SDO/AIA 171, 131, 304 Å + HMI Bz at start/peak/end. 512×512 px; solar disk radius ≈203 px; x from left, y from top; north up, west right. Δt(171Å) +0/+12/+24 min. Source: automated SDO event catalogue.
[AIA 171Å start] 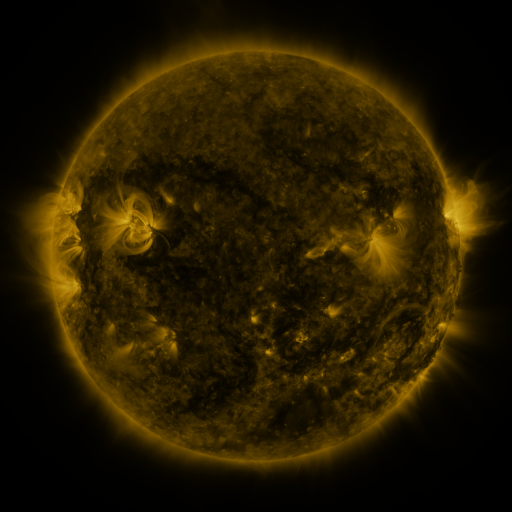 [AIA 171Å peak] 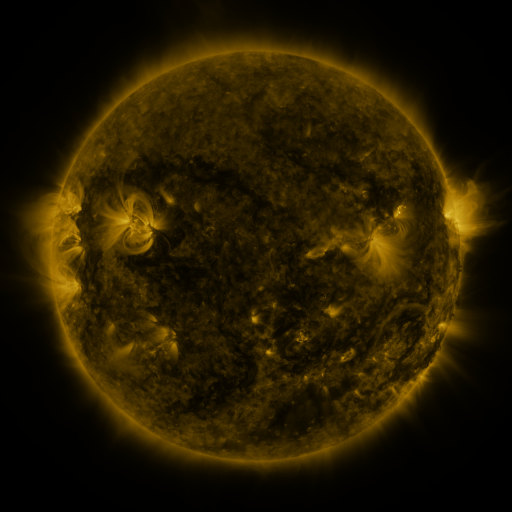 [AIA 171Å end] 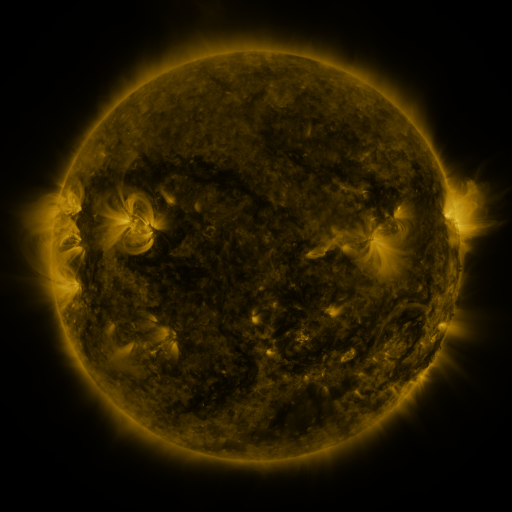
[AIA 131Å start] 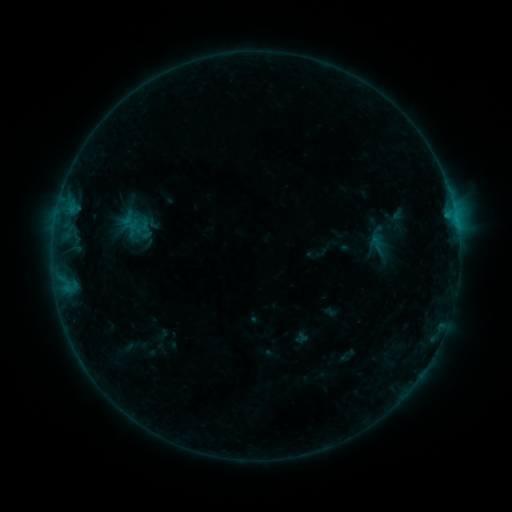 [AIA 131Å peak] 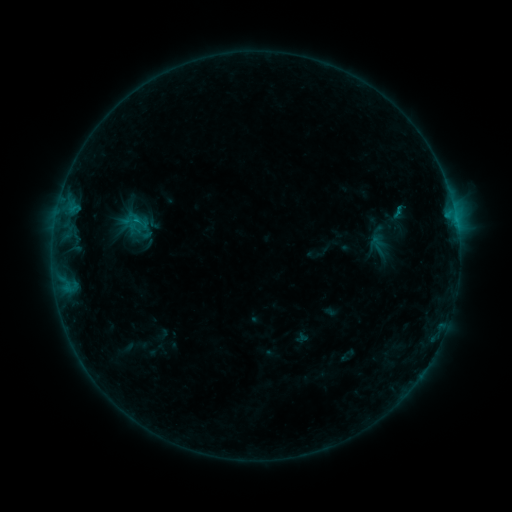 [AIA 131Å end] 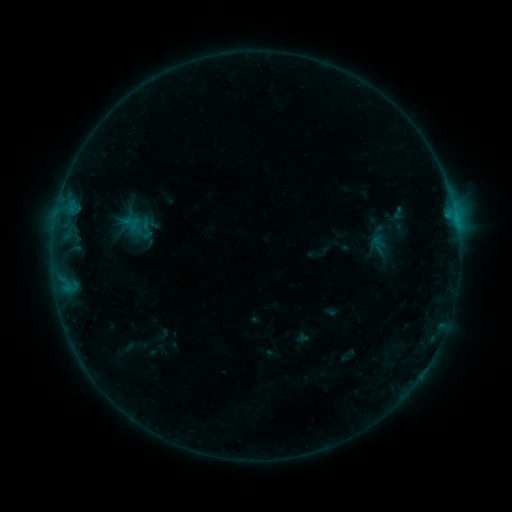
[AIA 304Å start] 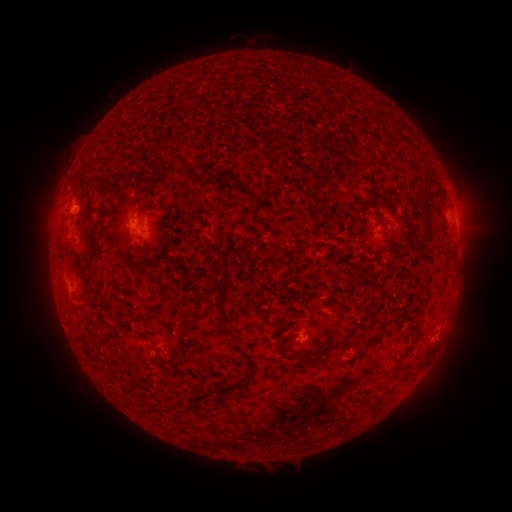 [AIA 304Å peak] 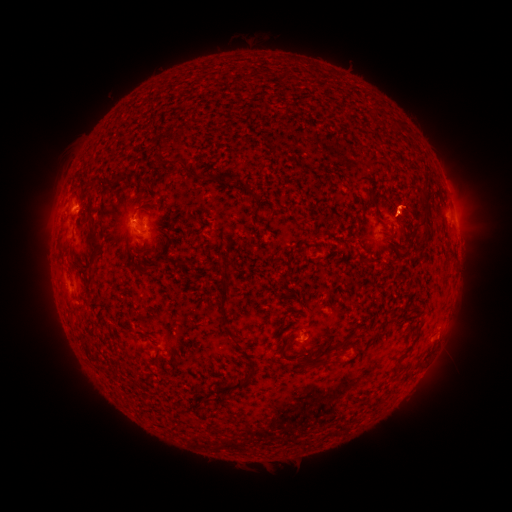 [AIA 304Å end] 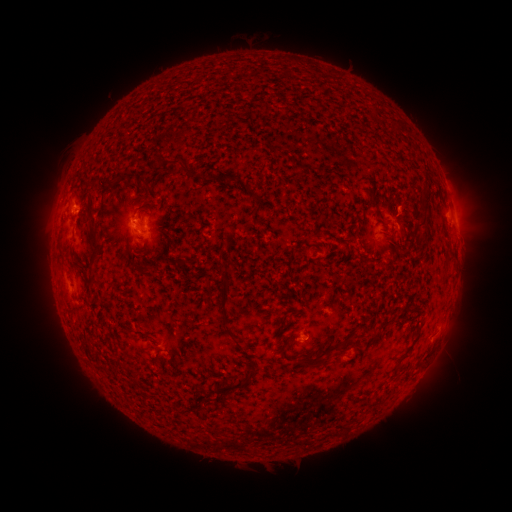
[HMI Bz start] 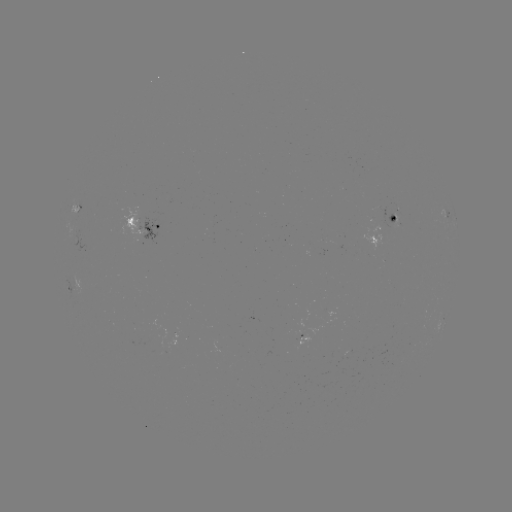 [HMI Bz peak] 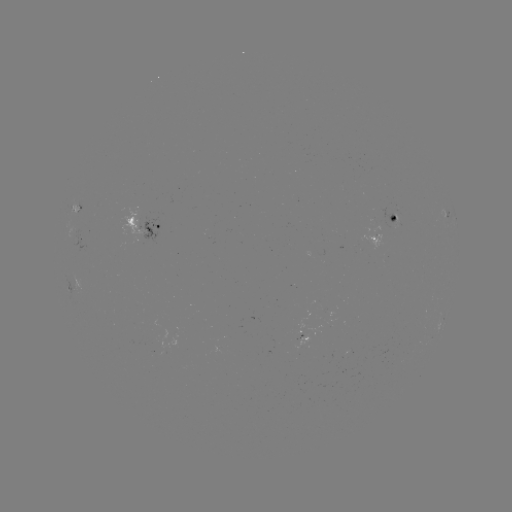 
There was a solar flare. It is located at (137, 221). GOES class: B5.2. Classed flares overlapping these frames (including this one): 1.